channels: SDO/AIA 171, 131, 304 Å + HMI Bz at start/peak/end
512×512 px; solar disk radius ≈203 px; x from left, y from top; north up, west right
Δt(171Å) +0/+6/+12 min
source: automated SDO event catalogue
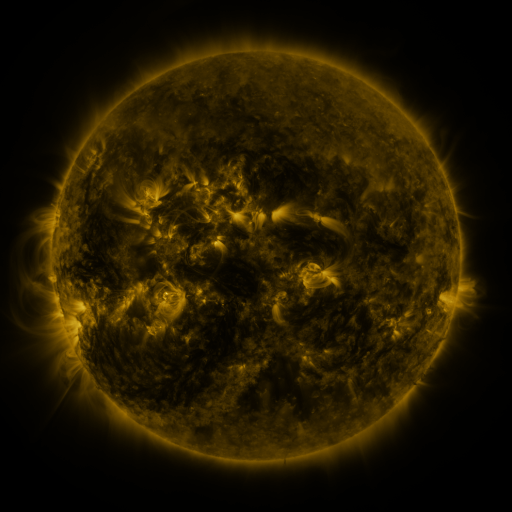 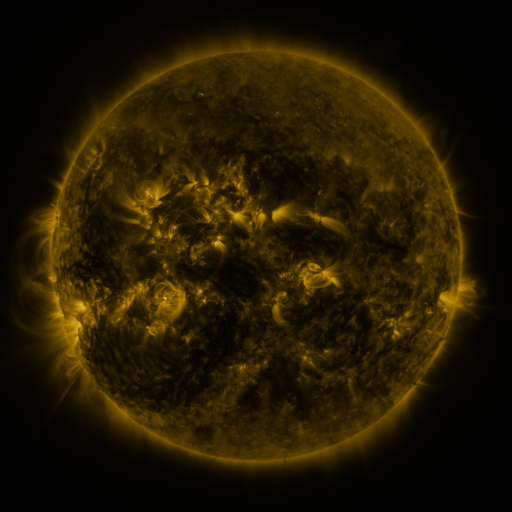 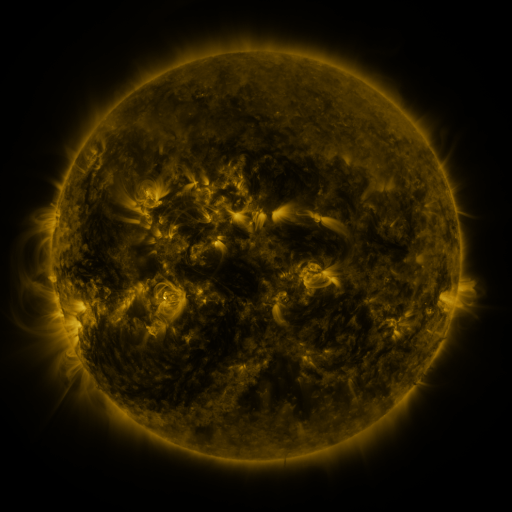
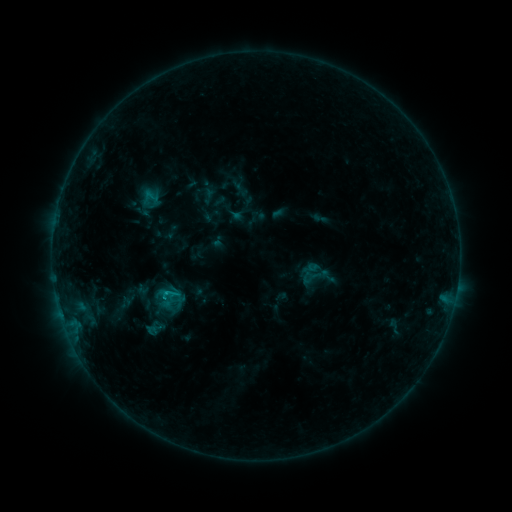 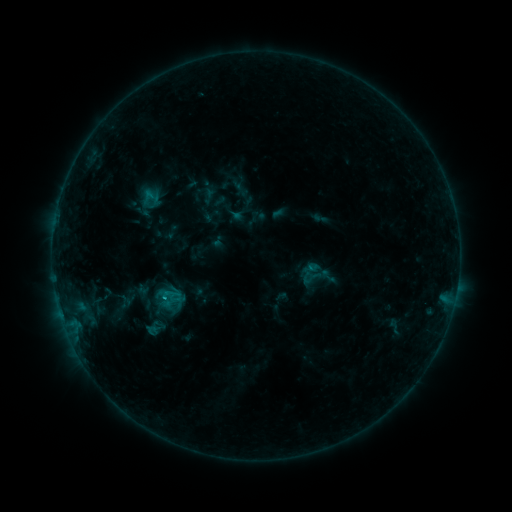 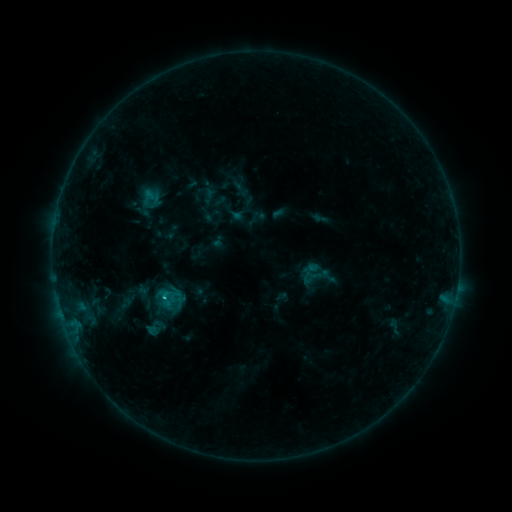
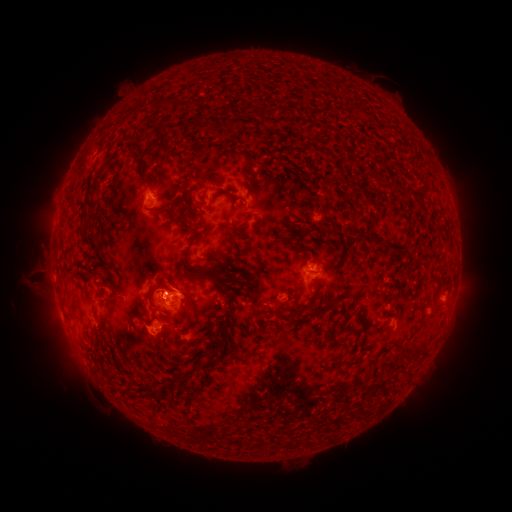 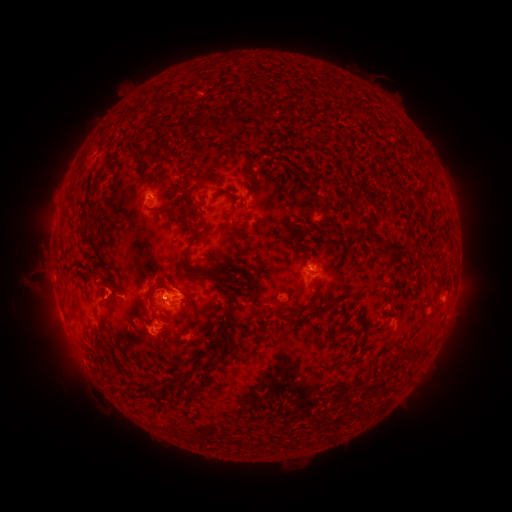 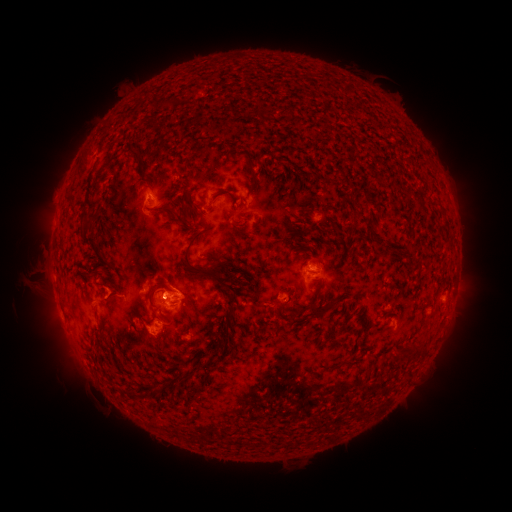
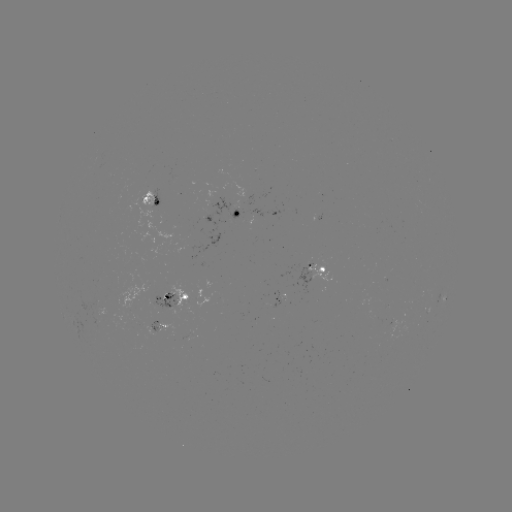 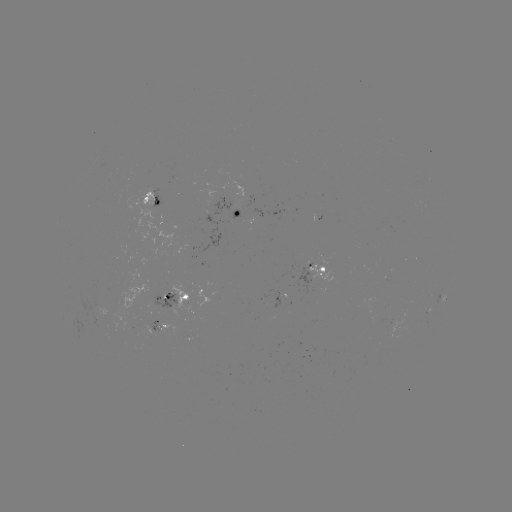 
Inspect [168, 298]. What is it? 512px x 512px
C1.0 flare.